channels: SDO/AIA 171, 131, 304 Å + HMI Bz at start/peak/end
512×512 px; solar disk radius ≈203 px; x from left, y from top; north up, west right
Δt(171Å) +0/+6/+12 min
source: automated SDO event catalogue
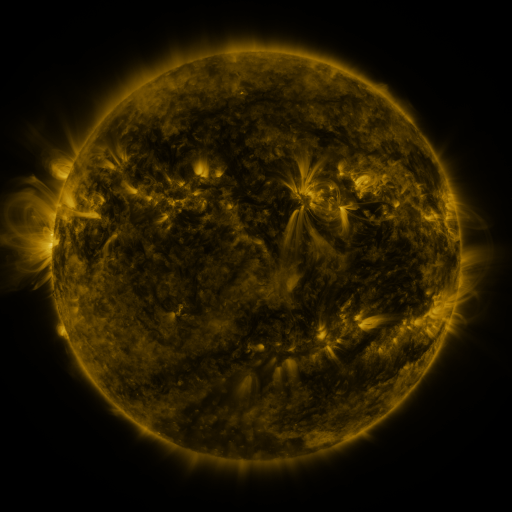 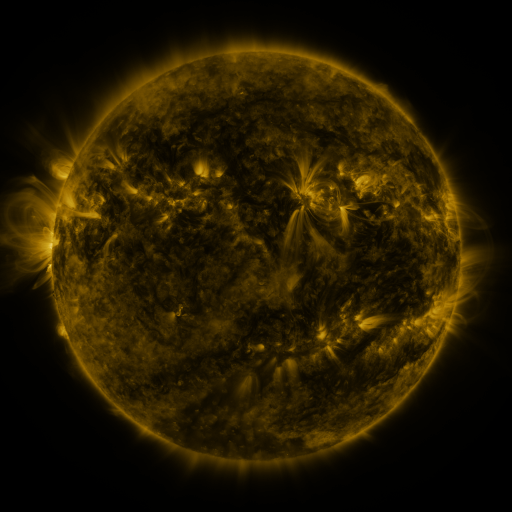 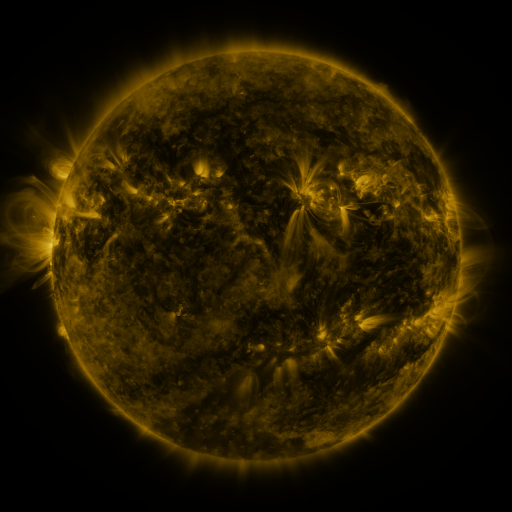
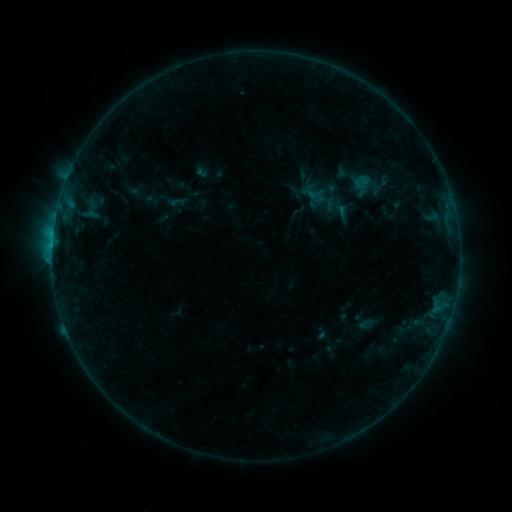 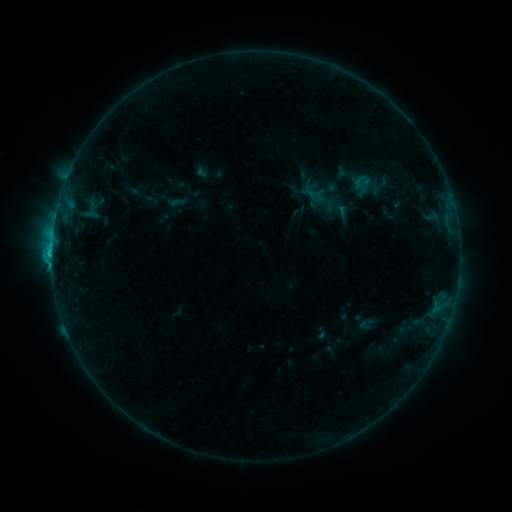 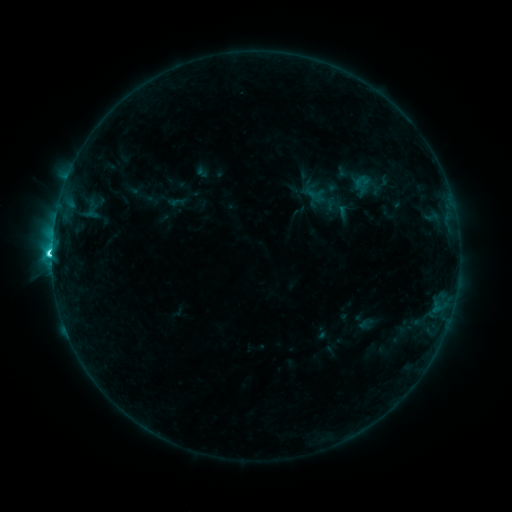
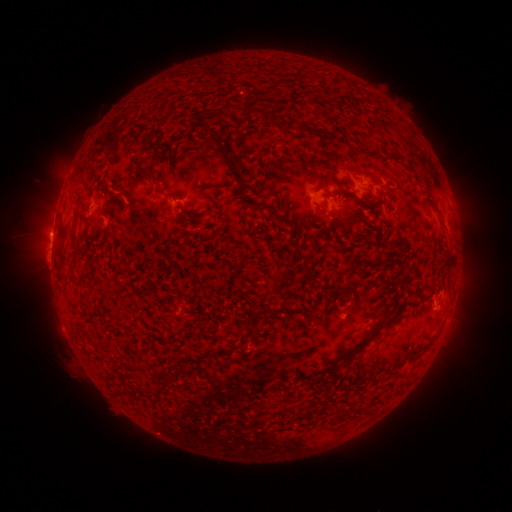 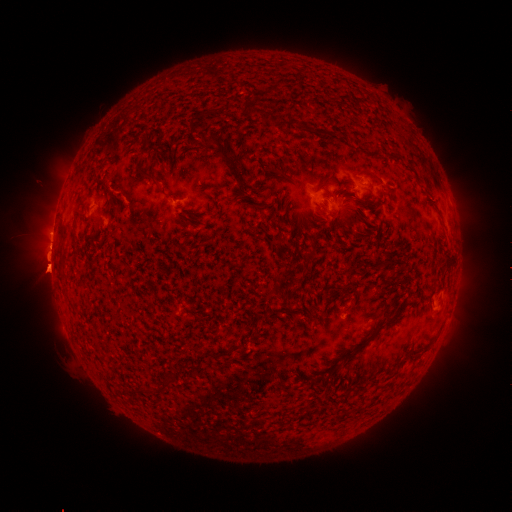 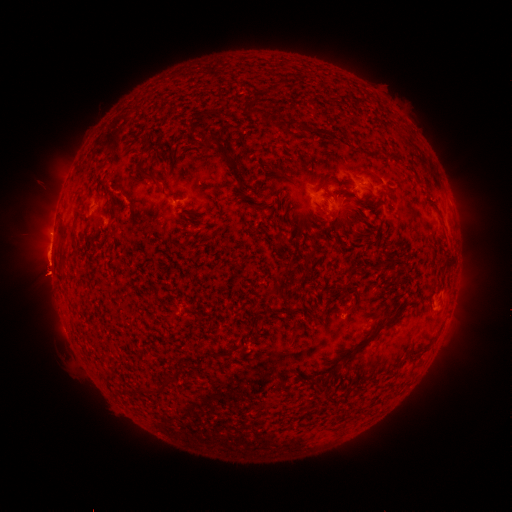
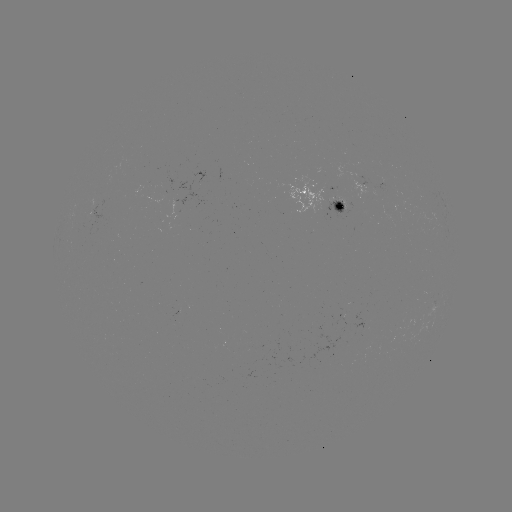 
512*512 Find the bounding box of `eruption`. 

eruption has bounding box [18, 247, 78, 306].